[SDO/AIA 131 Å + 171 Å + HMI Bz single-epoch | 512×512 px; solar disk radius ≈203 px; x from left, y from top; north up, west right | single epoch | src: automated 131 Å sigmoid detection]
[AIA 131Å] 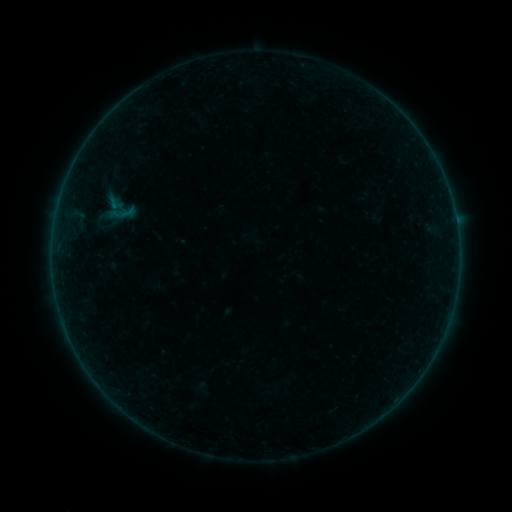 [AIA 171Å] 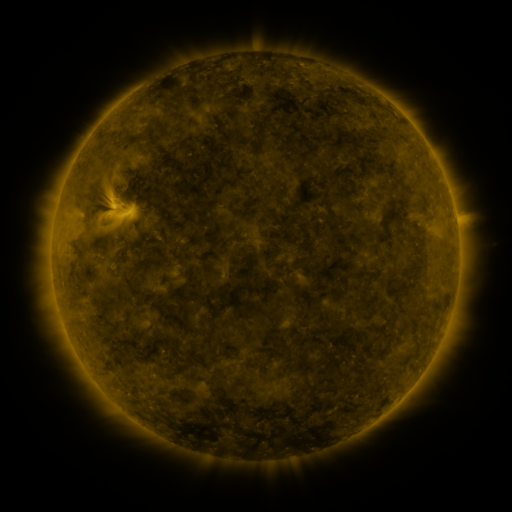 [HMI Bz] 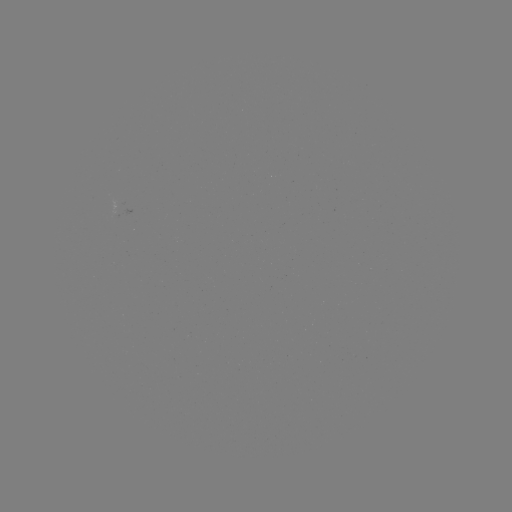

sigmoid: <bbox>110, 200, 136, 226</bbox>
